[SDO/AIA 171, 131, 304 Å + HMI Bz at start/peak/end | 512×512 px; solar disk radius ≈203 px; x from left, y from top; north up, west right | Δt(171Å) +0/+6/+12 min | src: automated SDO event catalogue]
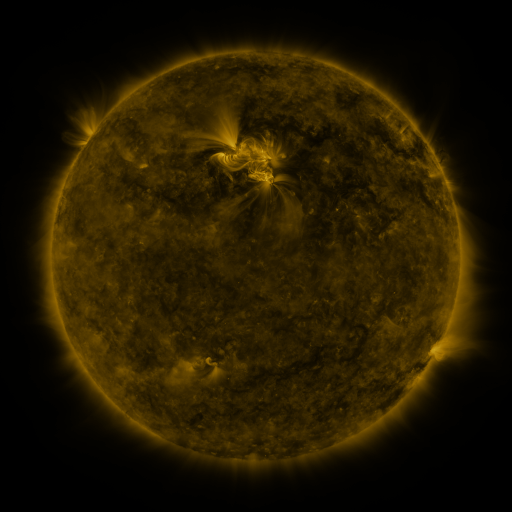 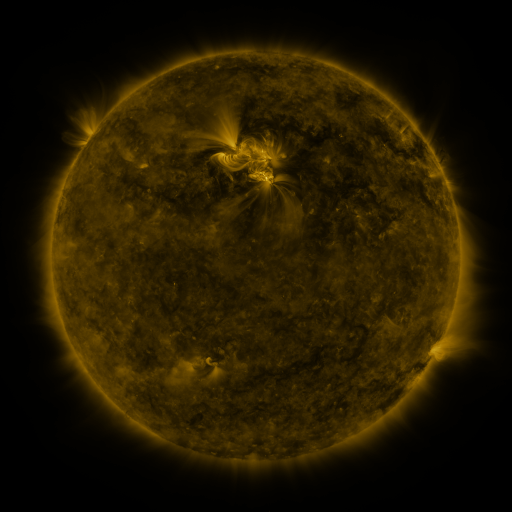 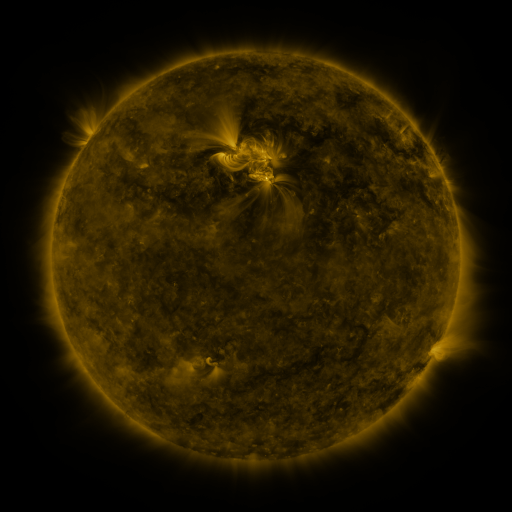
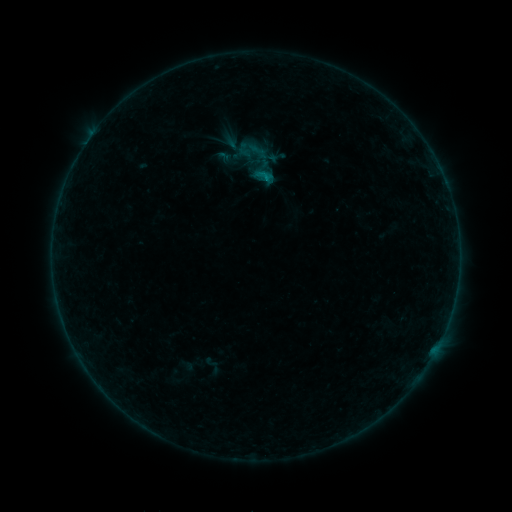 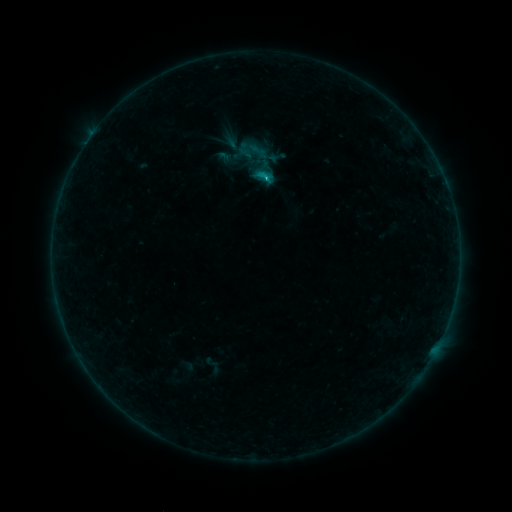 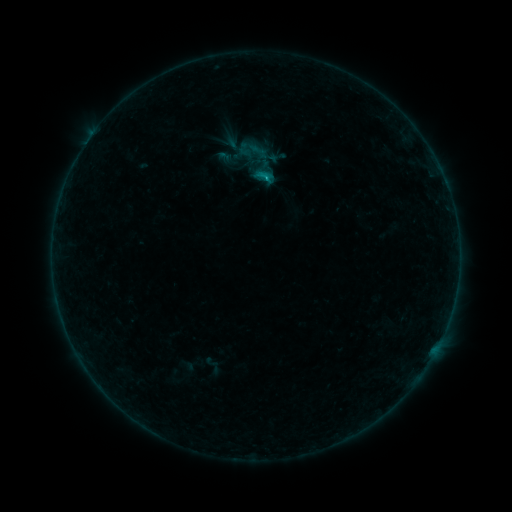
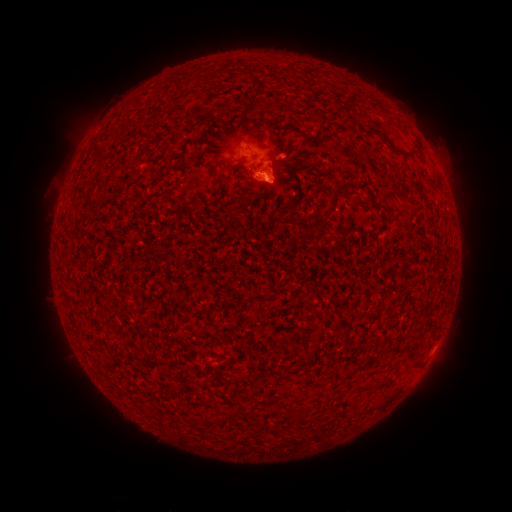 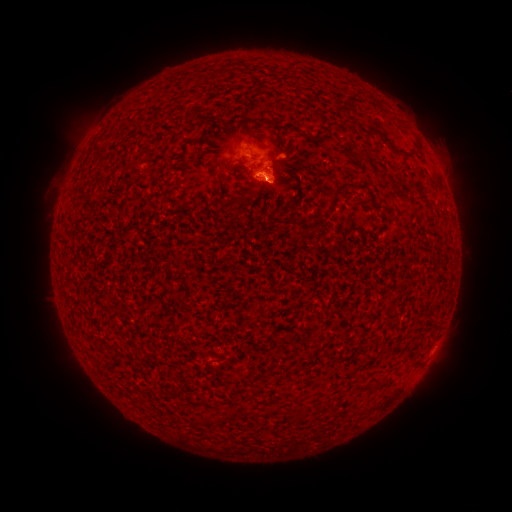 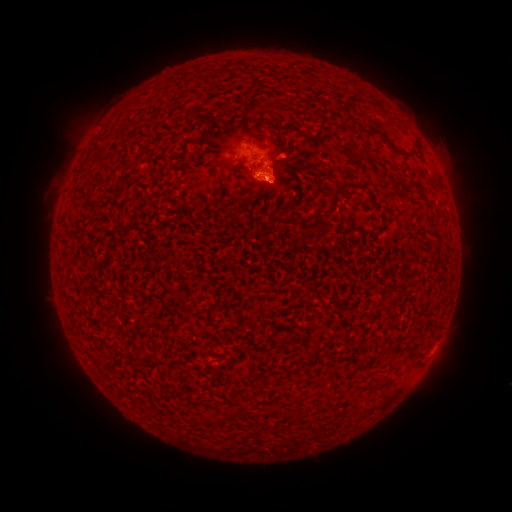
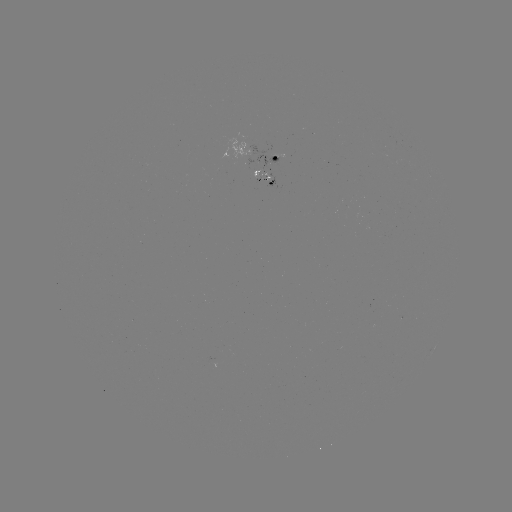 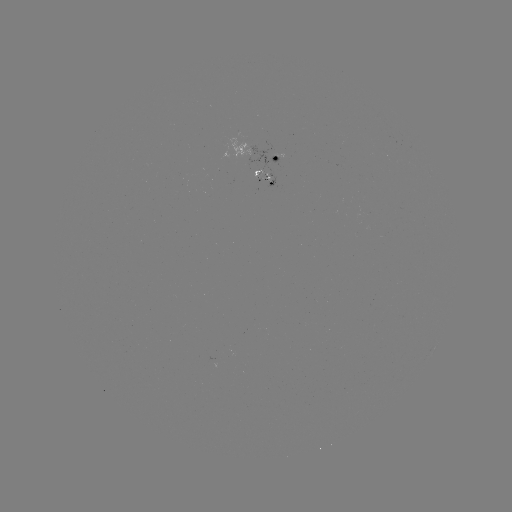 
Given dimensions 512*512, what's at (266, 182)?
C1.3 flare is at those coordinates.